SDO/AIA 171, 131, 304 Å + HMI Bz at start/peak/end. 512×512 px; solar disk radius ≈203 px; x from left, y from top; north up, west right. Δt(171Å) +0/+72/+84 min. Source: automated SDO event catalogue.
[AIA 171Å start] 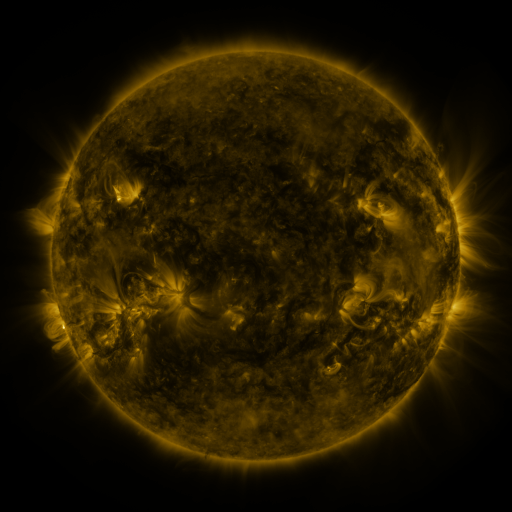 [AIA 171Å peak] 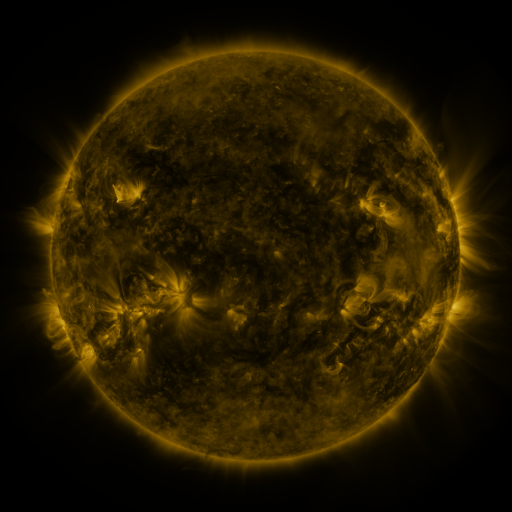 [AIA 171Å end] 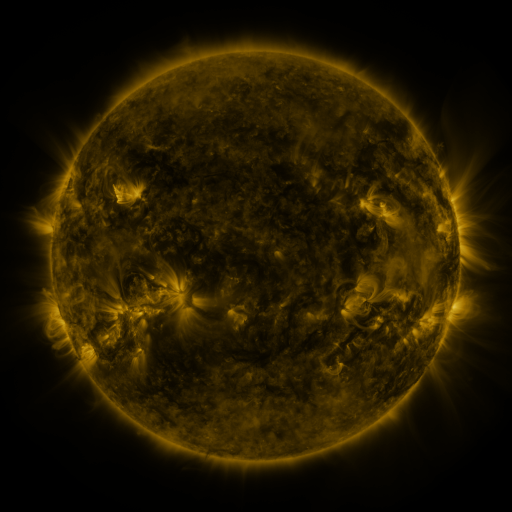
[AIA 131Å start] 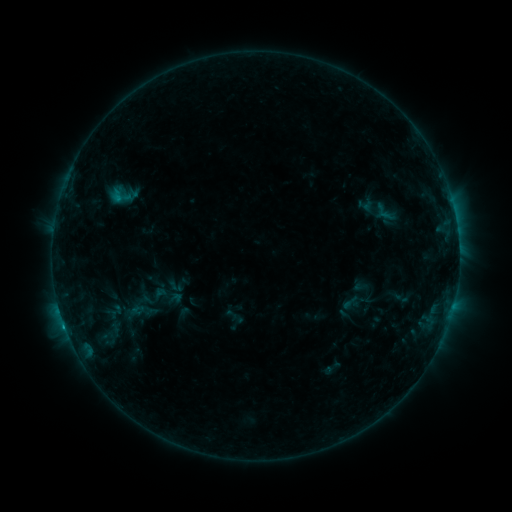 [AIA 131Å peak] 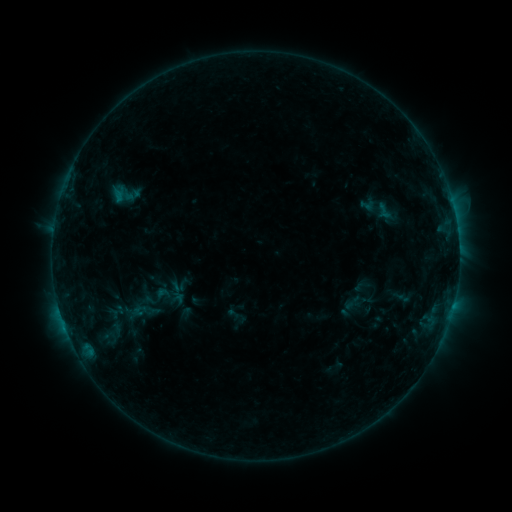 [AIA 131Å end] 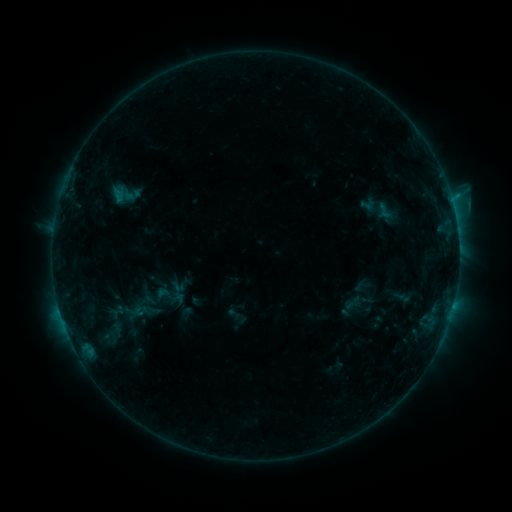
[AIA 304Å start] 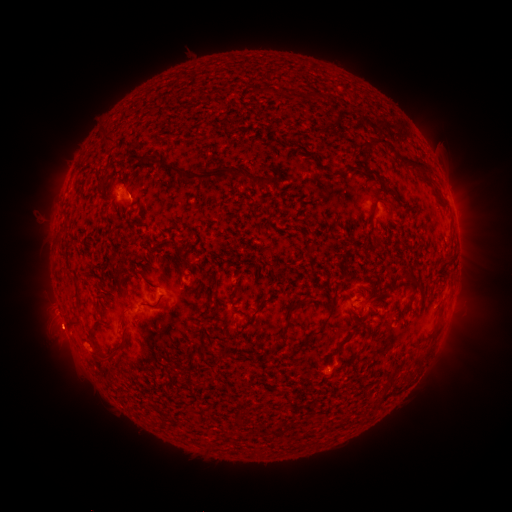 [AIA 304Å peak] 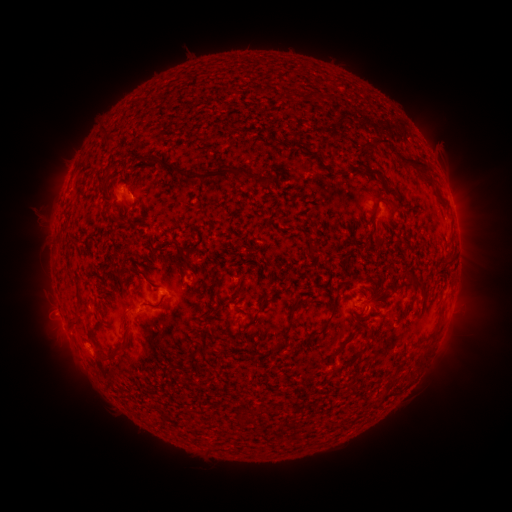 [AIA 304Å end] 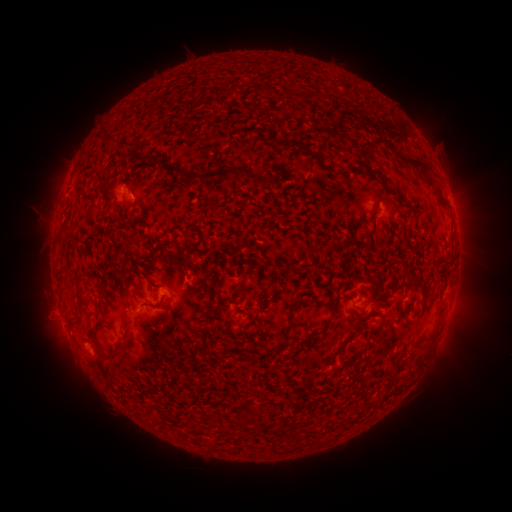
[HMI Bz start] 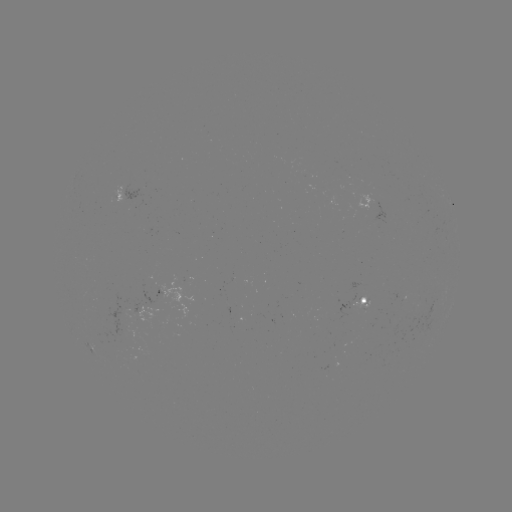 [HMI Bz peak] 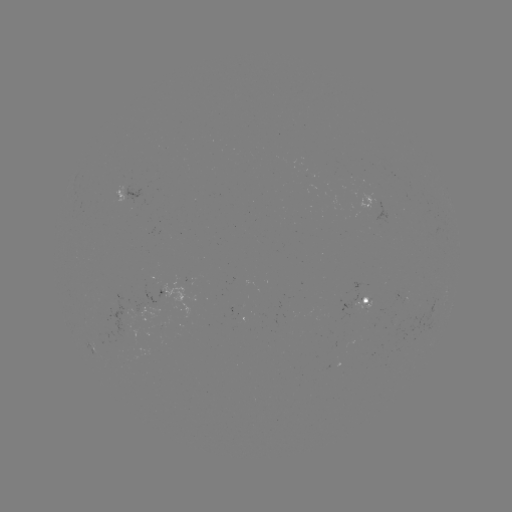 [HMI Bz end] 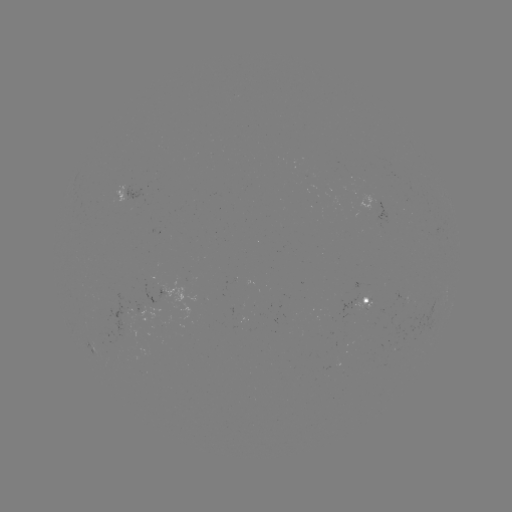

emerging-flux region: (343, 191, 357, 199)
